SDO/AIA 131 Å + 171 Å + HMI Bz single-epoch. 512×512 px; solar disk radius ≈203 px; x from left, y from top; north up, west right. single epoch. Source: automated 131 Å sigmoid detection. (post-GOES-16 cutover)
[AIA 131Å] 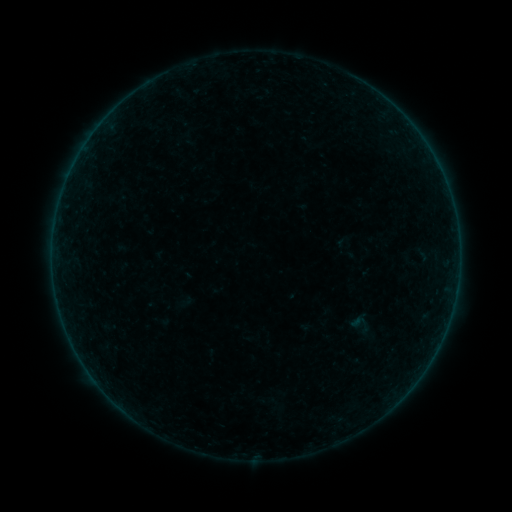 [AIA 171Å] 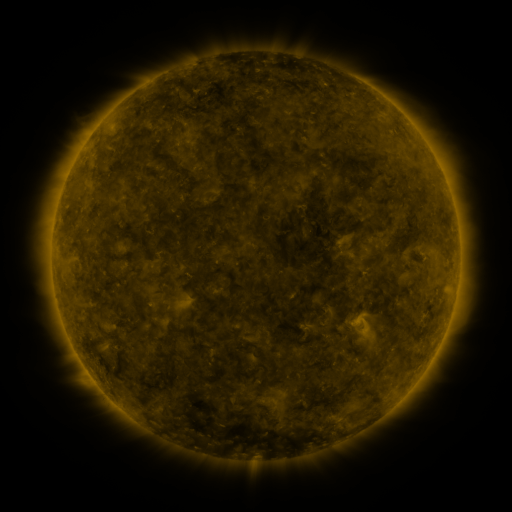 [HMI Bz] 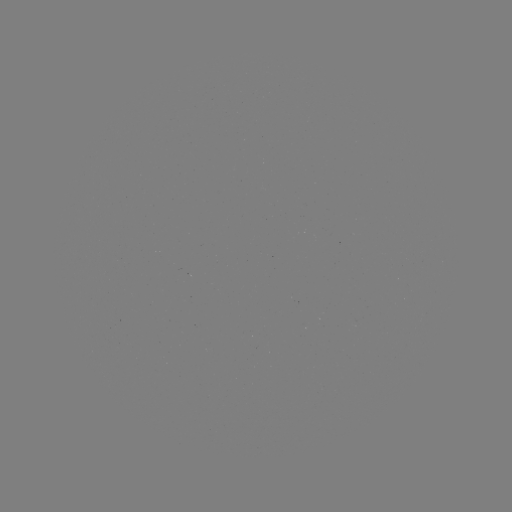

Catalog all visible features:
sigmoid: (360, 324)
